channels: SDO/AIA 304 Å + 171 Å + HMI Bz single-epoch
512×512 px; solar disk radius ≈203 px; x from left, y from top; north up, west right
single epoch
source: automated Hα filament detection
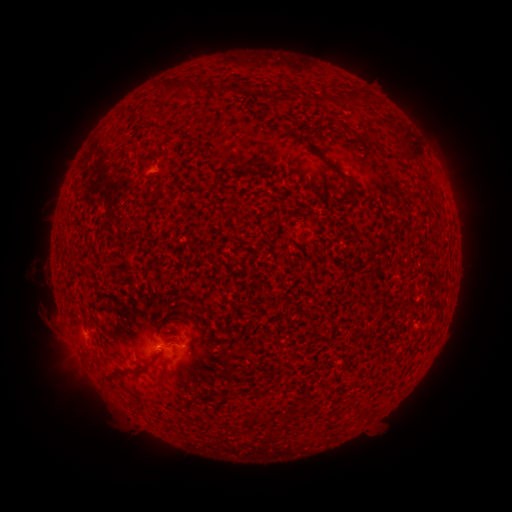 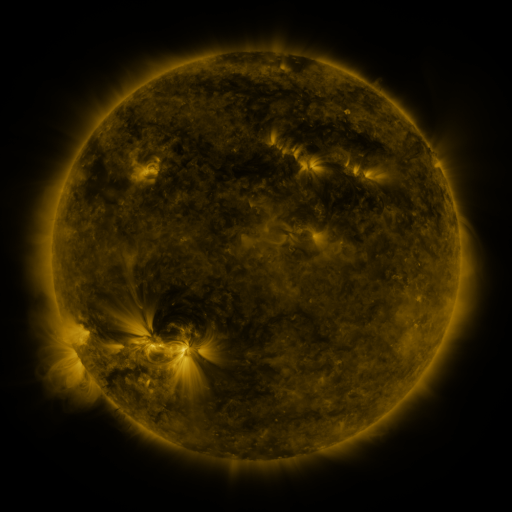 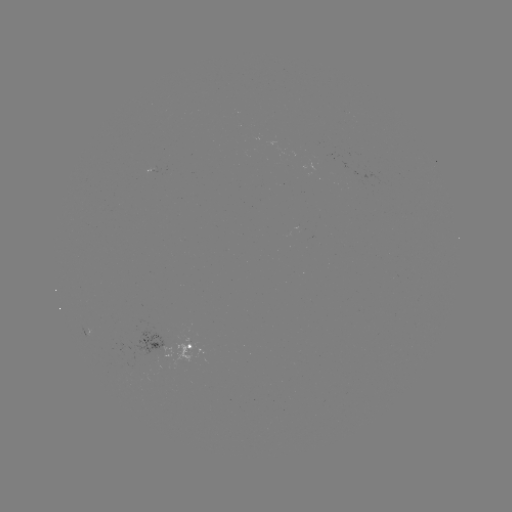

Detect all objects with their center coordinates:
filament: <bbox>179, 79, 191, 91</bbox>
filament: <bbox>339, 94, 349, 106</bbox>
filament: <bbox>362, 94, 373, 103</bbox>
filament: <bbox>318, 97, 328, 105</bbox>
filament: <bbox>299, 125, 309, 135</bbox>
filament: <bbox>306, 143, 321, 156</bbox>
filament: <bbox>406, 150, 424, 164</bbox>
filament: <bbox>321, 160, 348, 181</bbox>
filament: <bbox>127, 365, 142, 372</bbox>
